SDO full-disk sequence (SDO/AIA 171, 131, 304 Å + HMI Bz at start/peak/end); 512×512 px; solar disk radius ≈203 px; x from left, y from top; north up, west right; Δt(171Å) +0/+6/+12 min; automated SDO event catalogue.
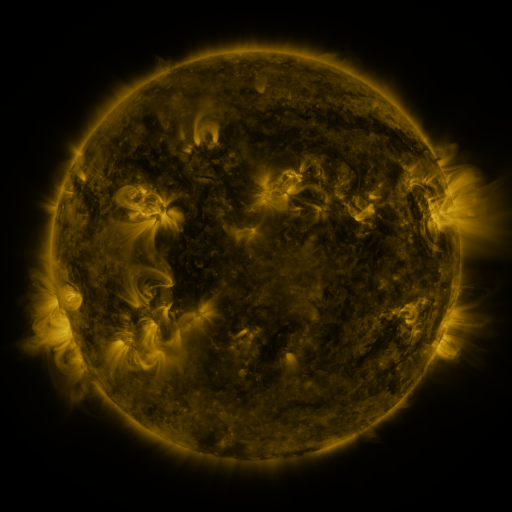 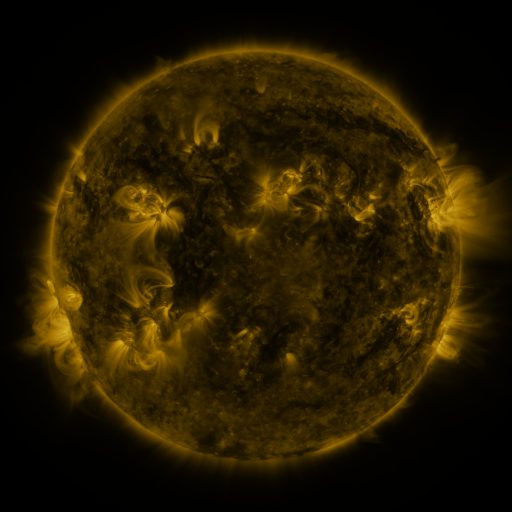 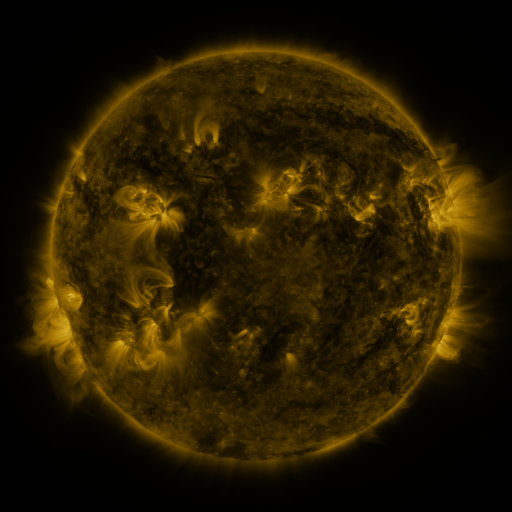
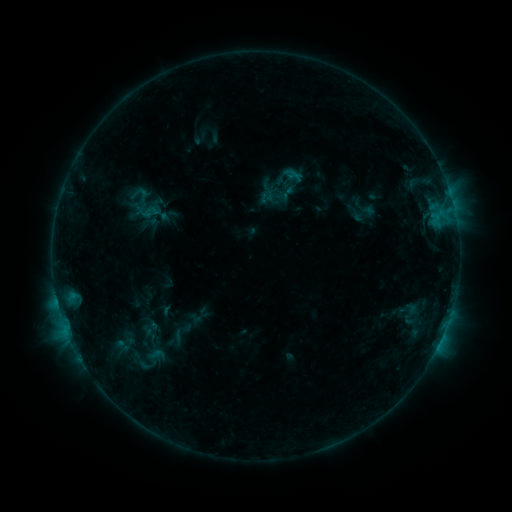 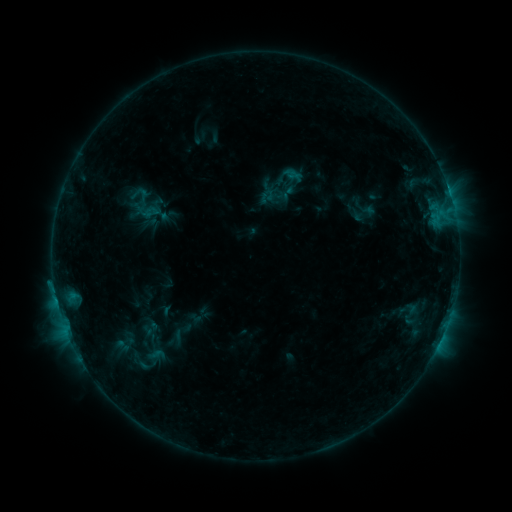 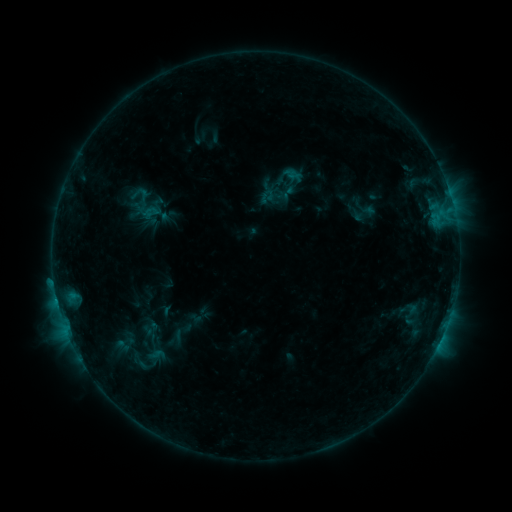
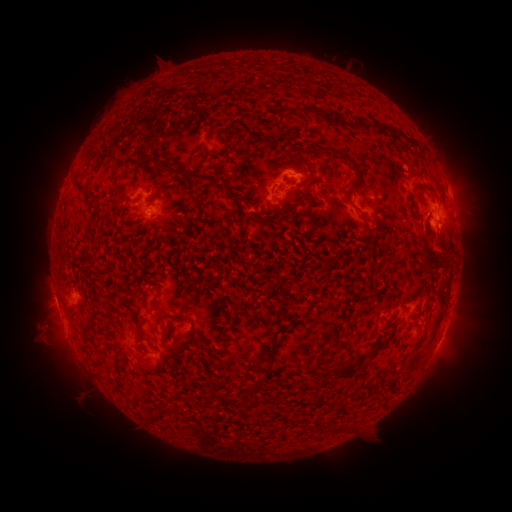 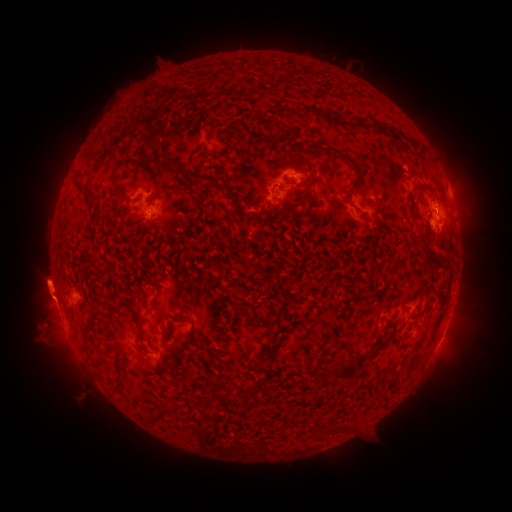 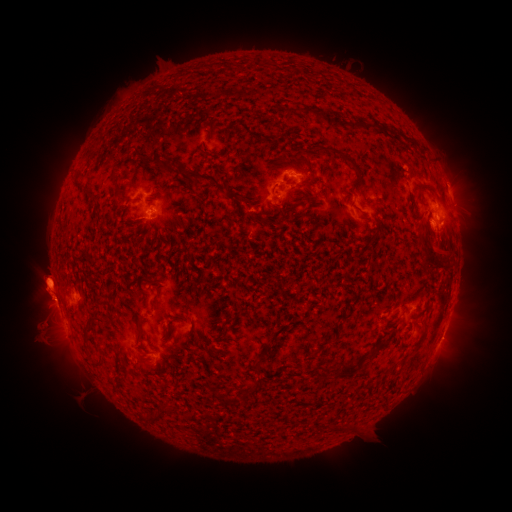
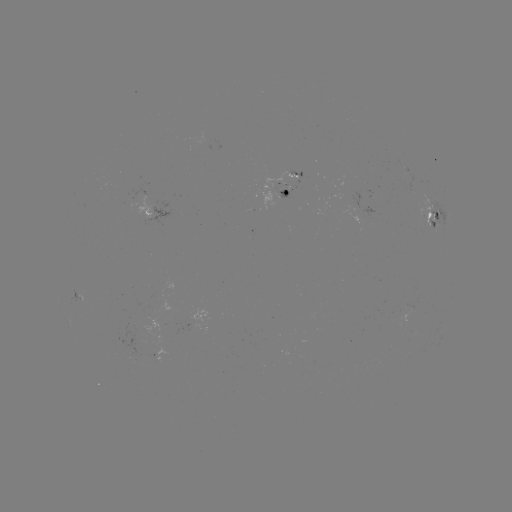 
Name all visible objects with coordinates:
B9.0 flare: (55, 287)
